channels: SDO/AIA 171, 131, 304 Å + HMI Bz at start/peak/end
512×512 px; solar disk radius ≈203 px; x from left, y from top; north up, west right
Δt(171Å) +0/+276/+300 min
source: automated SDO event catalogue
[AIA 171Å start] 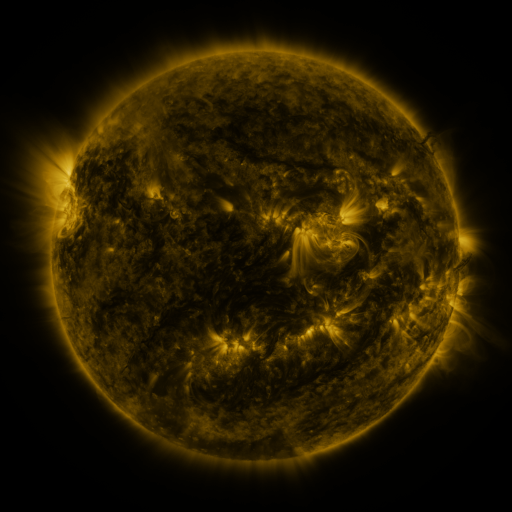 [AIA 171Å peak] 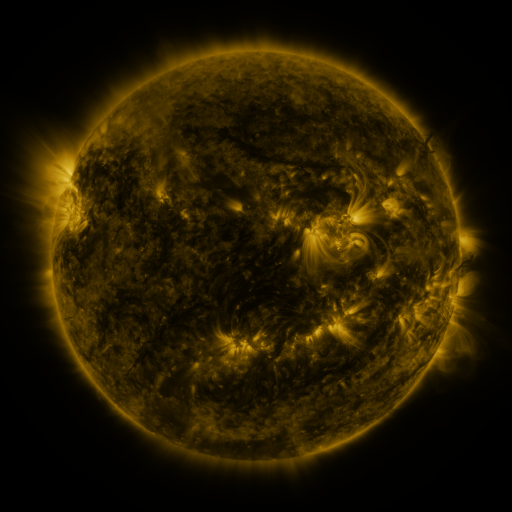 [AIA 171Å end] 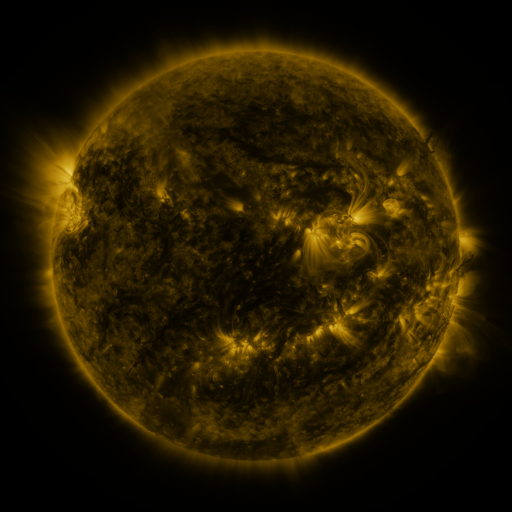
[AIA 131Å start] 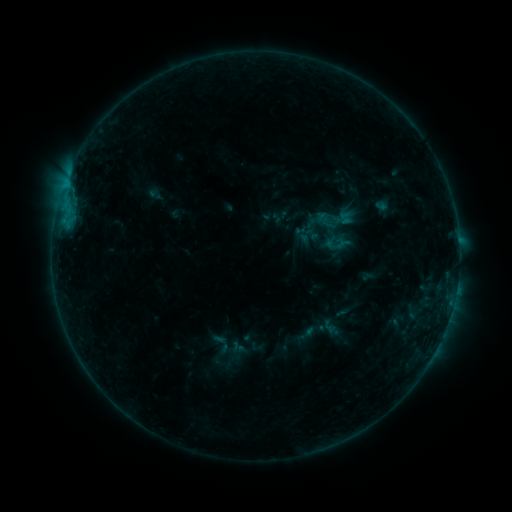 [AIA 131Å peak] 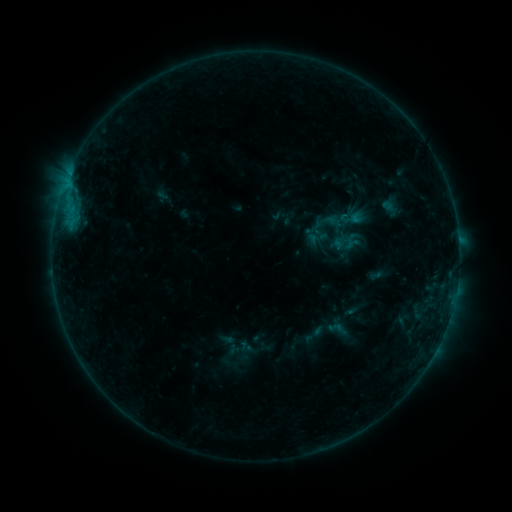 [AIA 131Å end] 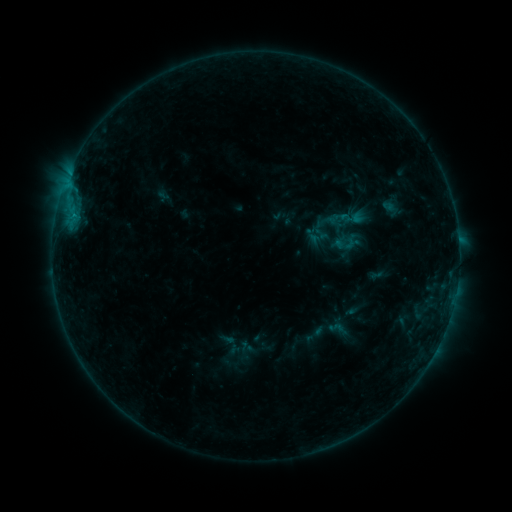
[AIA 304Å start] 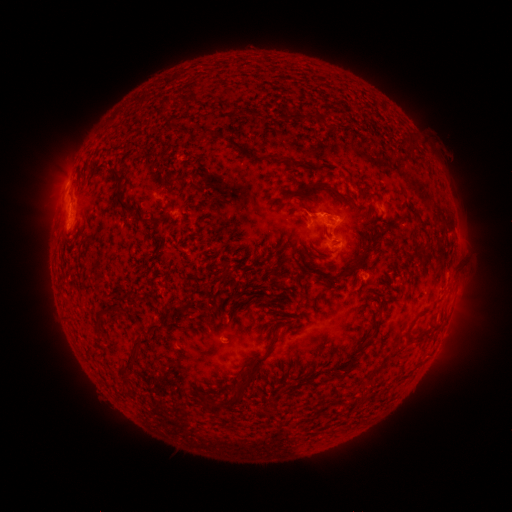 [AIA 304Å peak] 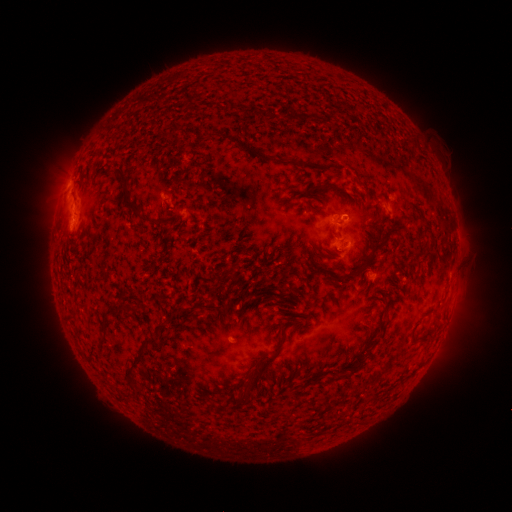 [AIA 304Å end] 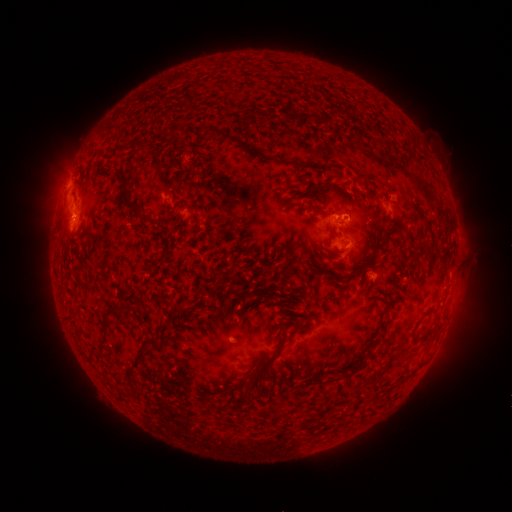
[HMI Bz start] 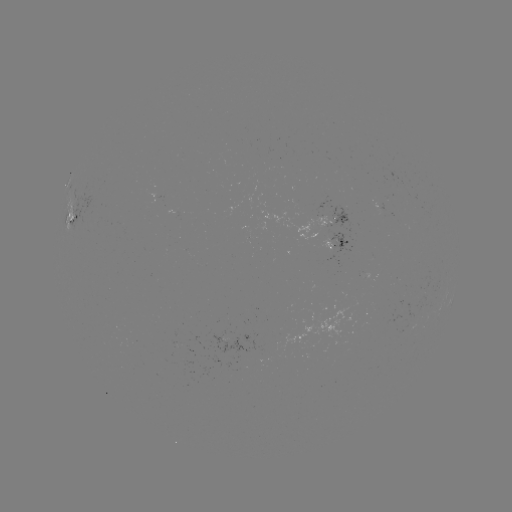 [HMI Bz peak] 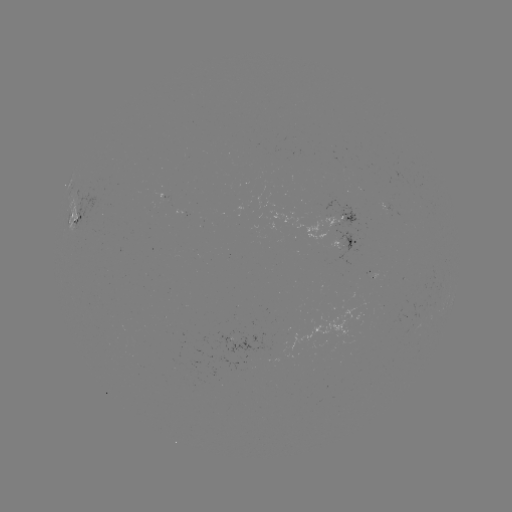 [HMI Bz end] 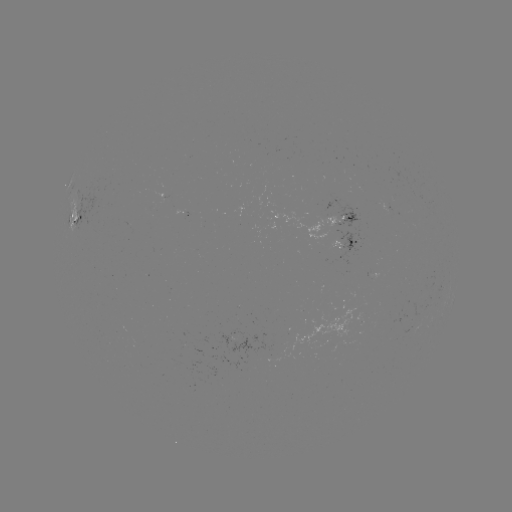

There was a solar emerging-flux region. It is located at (344, 217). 